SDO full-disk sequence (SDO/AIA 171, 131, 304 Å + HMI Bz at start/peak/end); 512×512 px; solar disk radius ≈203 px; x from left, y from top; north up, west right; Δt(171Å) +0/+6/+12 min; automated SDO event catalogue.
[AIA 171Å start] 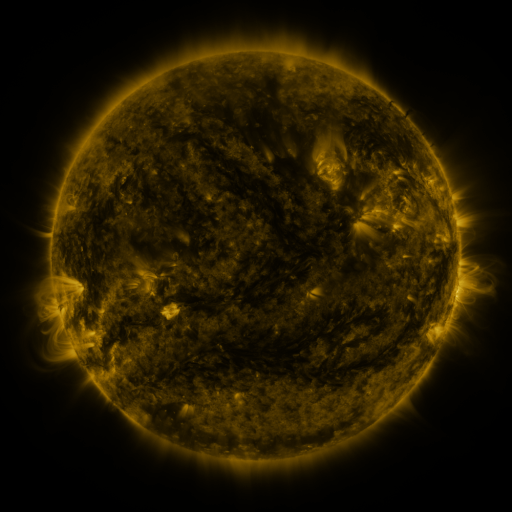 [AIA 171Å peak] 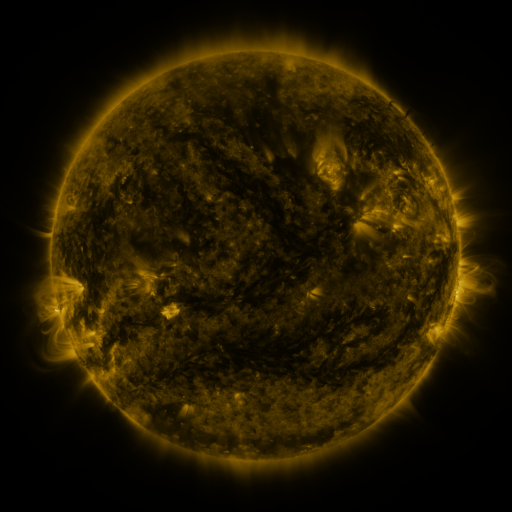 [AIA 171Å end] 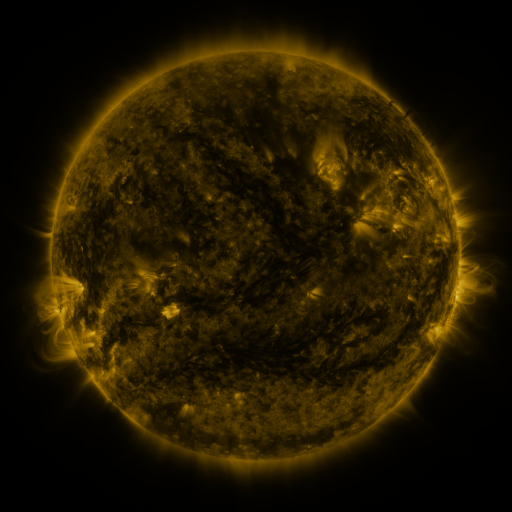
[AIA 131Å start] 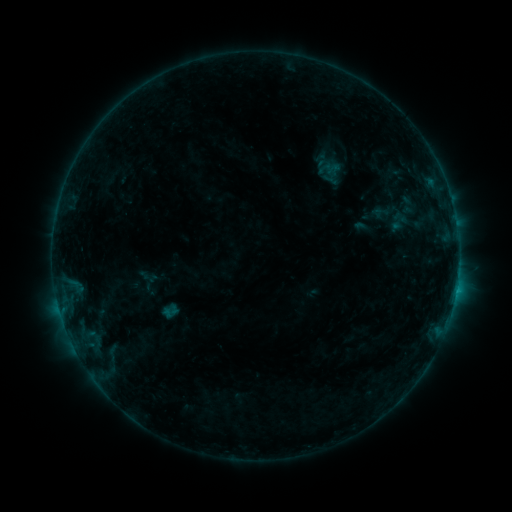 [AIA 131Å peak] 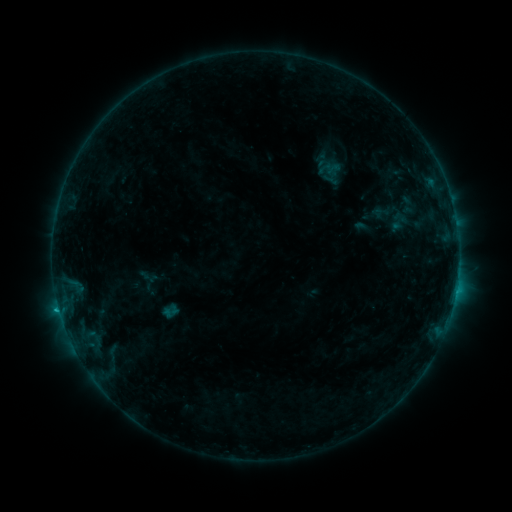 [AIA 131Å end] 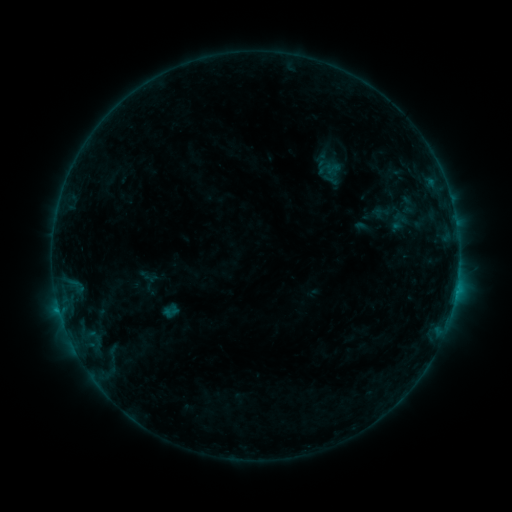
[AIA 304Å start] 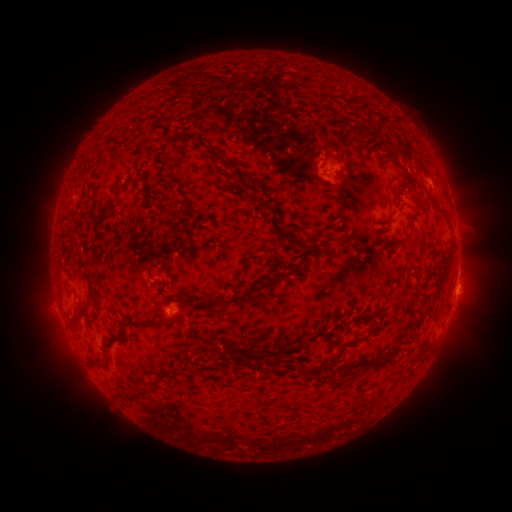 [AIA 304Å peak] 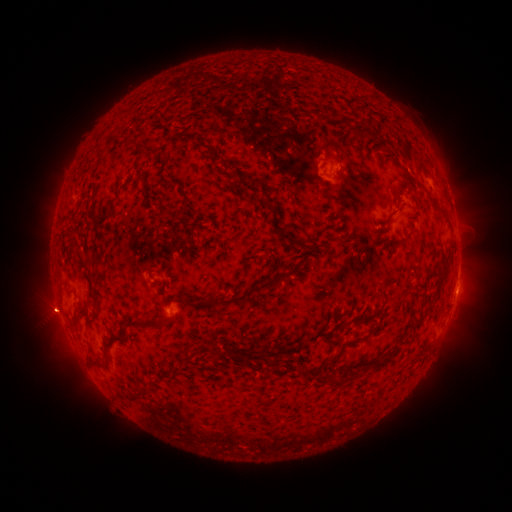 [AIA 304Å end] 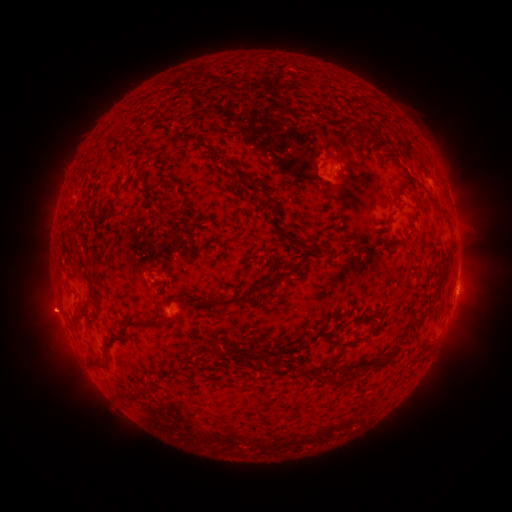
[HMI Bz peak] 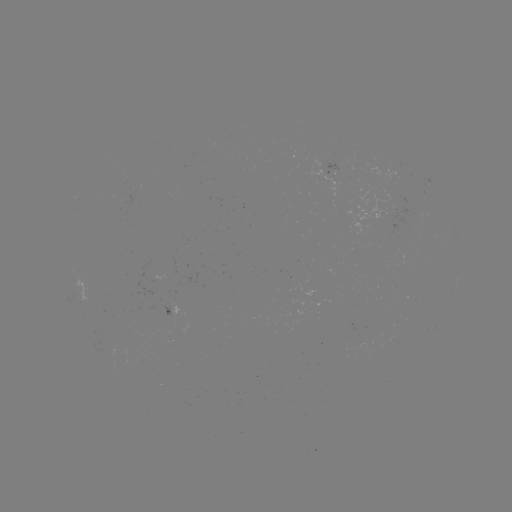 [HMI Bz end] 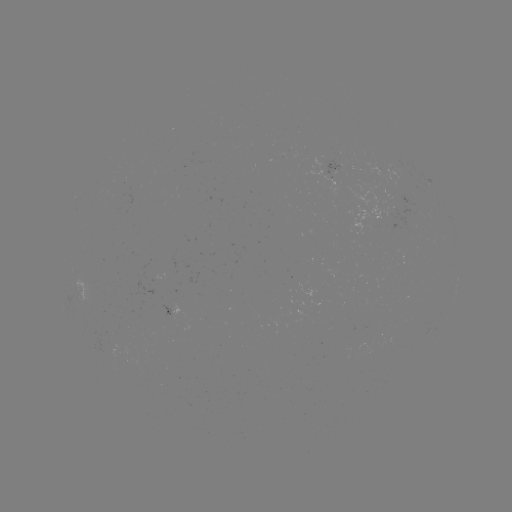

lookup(B7.0 flare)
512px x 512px (60, 302)